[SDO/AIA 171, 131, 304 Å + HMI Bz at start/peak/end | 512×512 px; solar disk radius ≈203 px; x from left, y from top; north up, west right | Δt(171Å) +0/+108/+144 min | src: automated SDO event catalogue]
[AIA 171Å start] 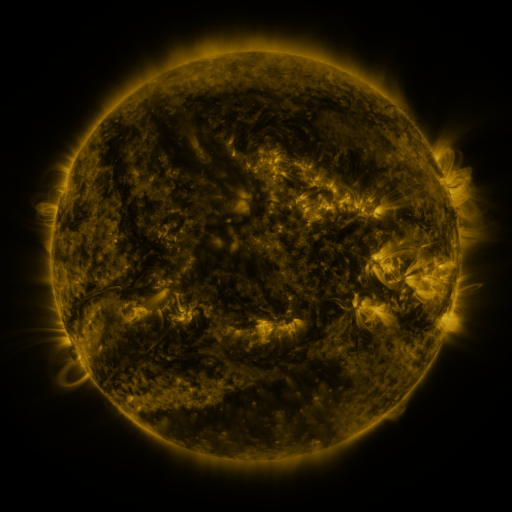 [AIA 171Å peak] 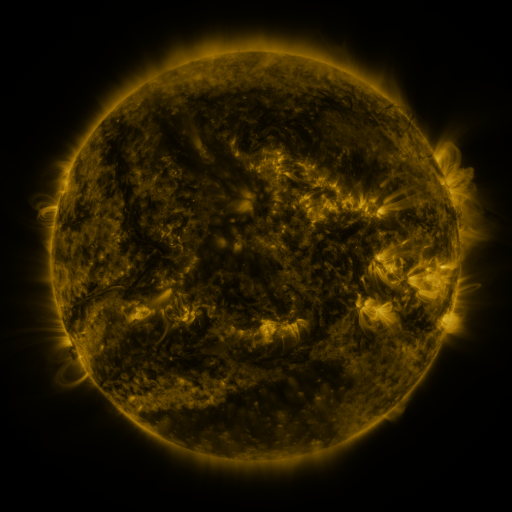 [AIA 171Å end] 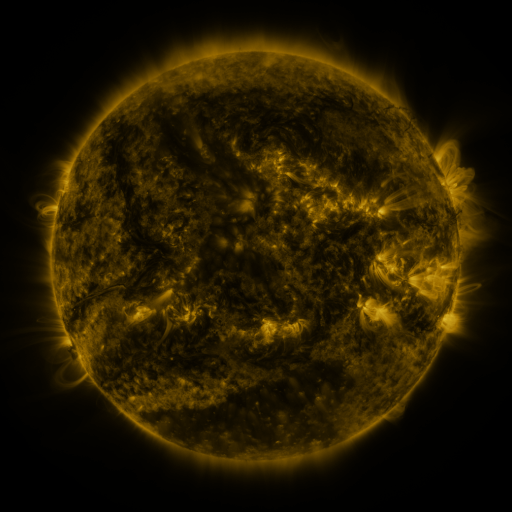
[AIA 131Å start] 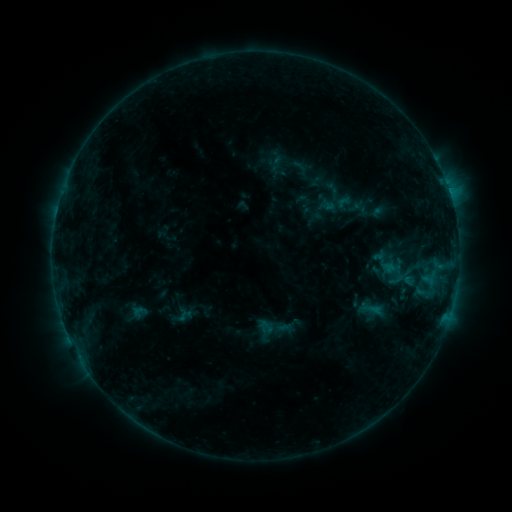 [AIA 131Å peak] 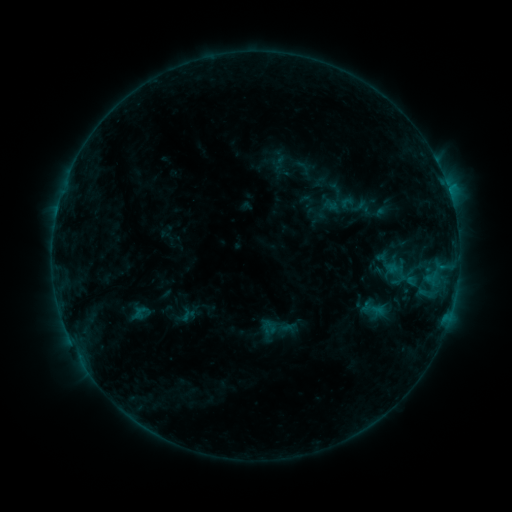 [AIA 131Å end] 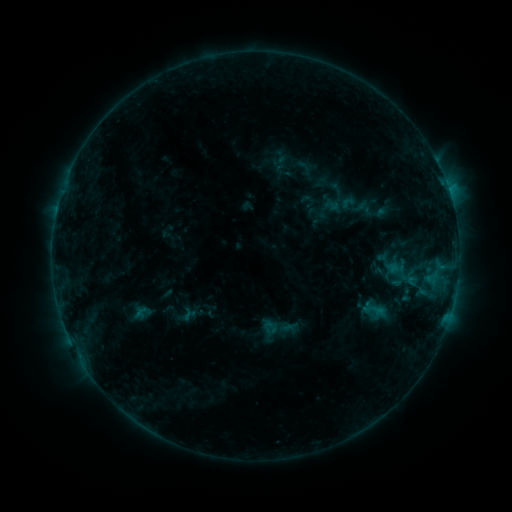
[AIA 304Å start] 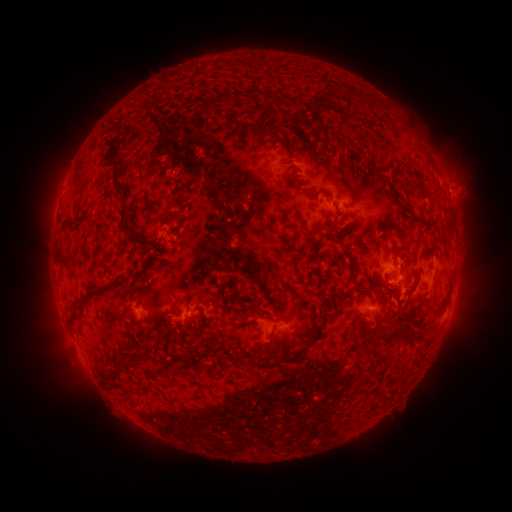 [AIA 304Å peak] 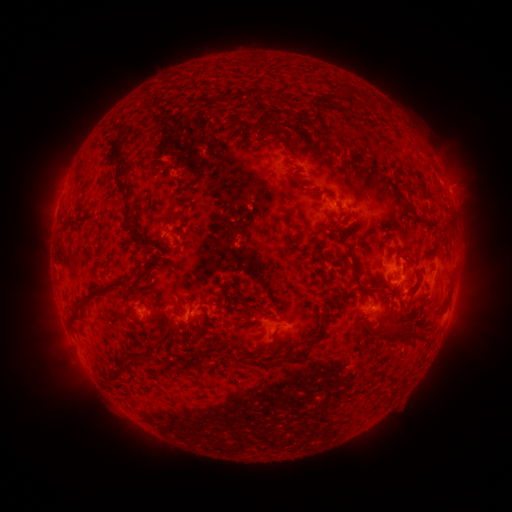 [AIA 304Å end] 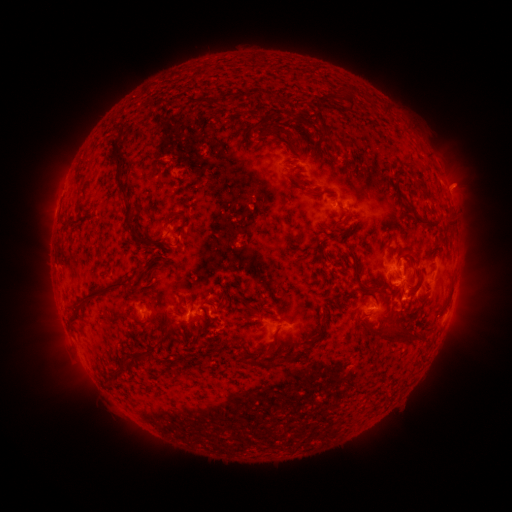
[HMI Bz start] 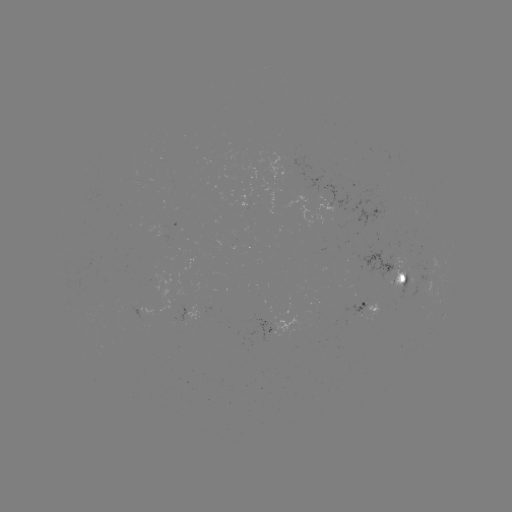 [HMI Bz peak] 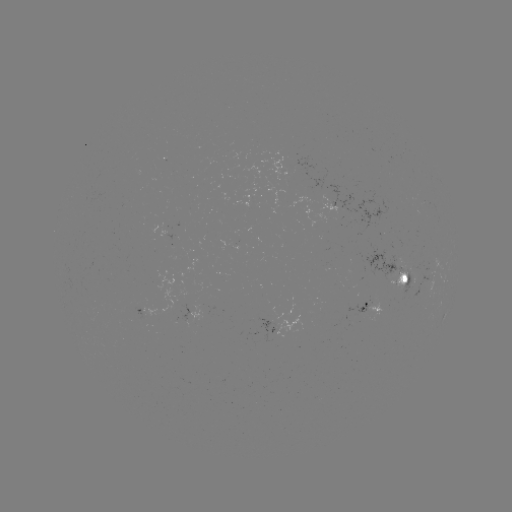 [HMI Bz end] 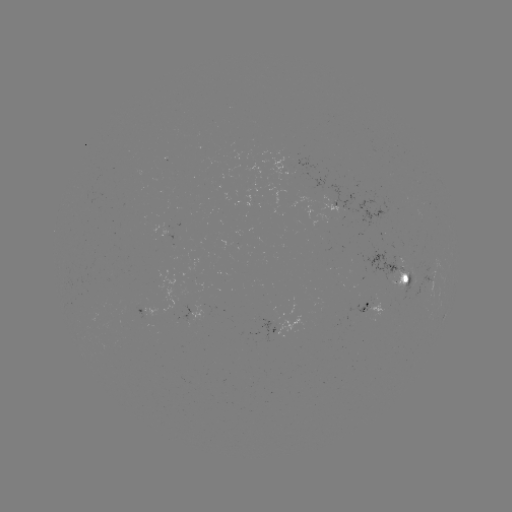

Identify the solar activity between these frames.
emerging-flux region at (387, 270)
